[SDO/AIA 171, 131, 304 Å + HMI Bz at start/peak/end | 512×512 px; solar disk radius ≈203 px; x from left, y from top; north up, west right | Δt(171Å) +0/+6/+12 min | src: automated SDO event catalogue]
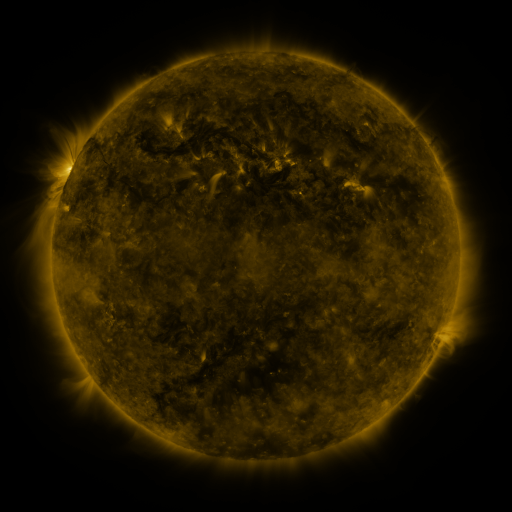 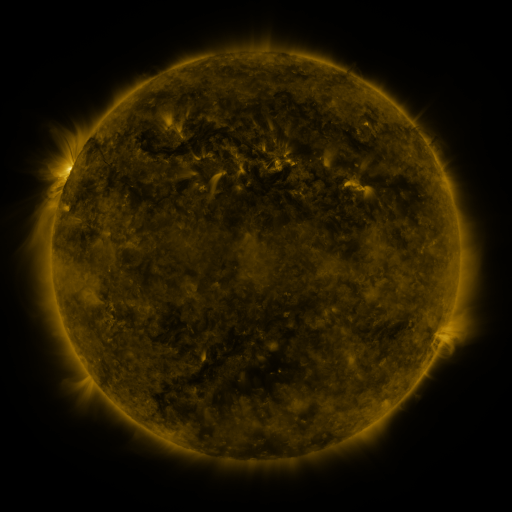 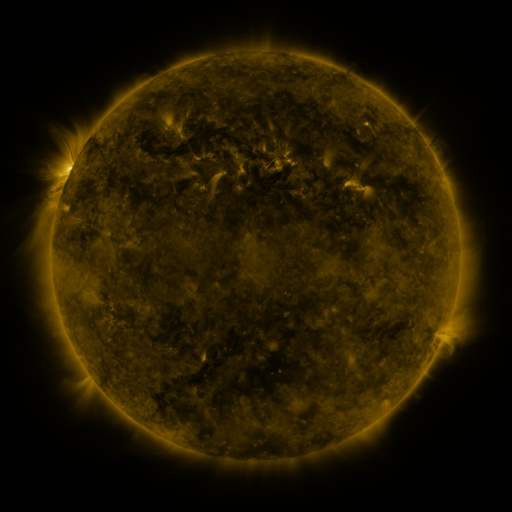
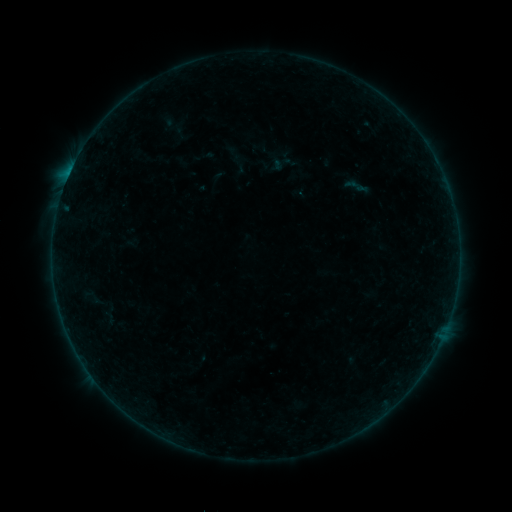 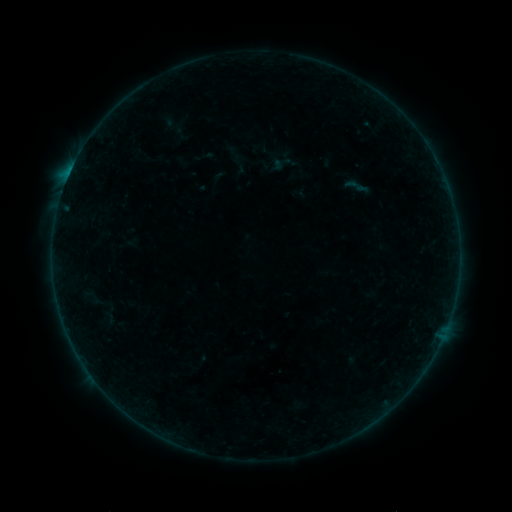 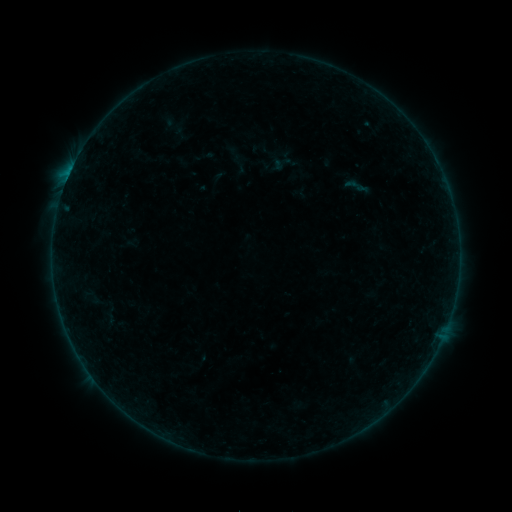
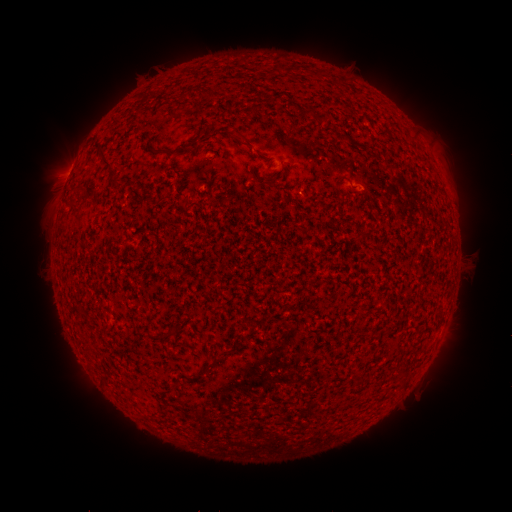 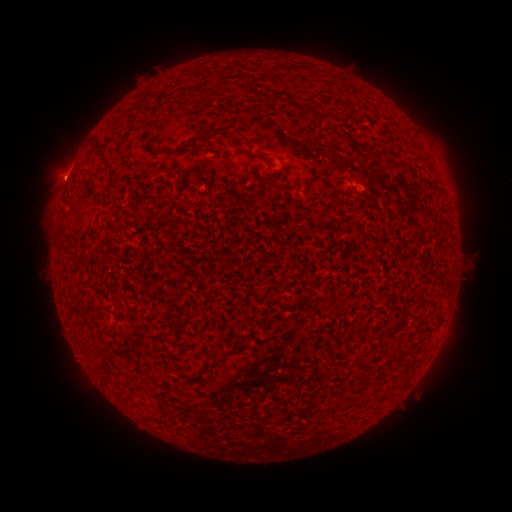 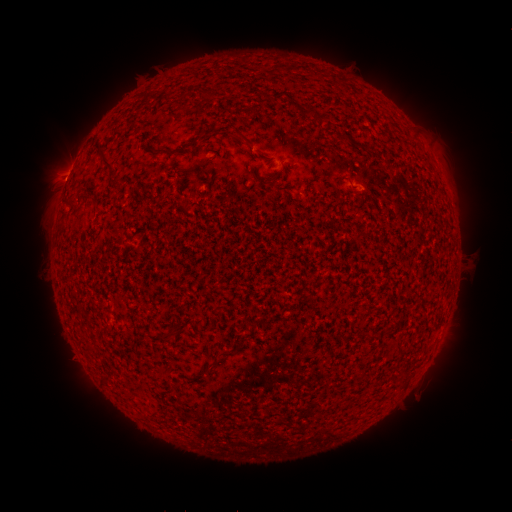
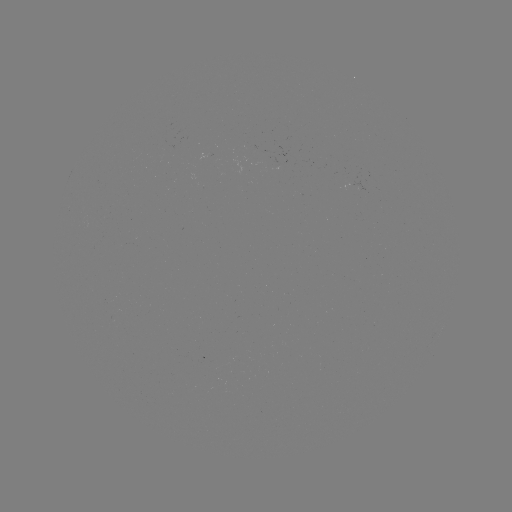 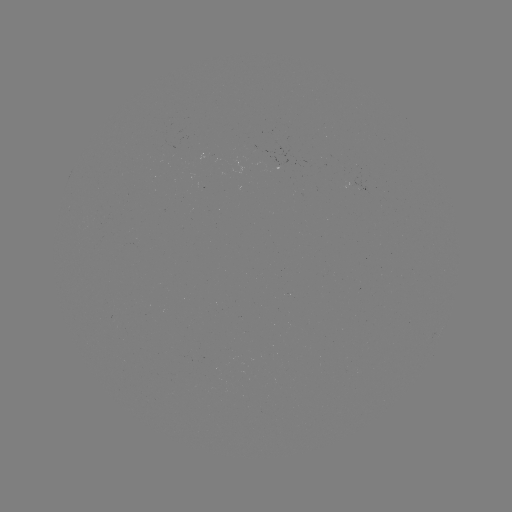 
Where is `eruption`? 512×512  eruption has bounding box [28, 151, 84, 204].